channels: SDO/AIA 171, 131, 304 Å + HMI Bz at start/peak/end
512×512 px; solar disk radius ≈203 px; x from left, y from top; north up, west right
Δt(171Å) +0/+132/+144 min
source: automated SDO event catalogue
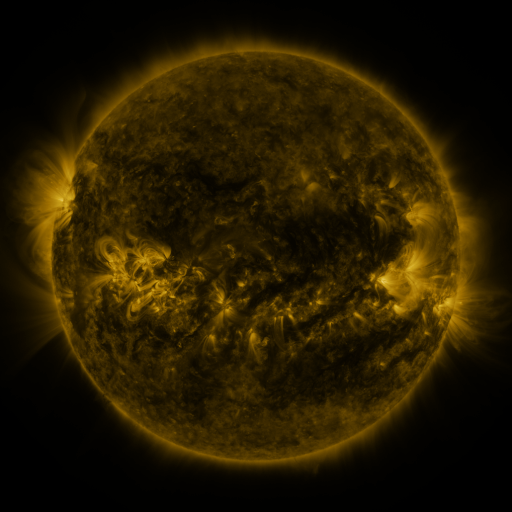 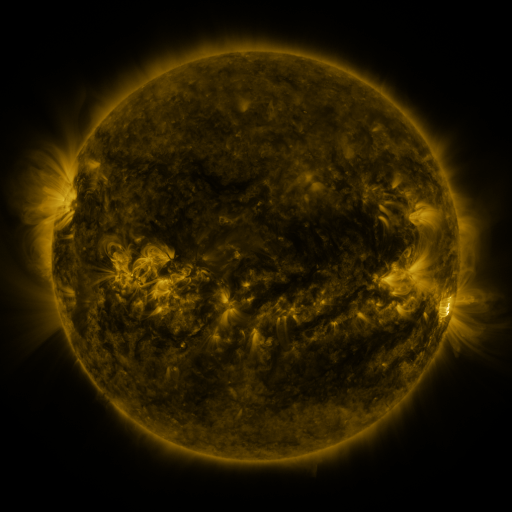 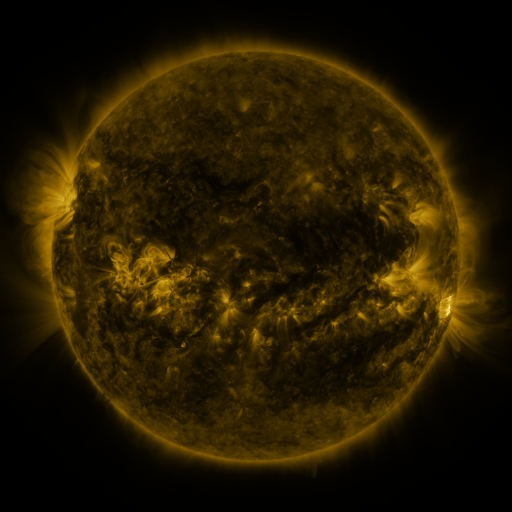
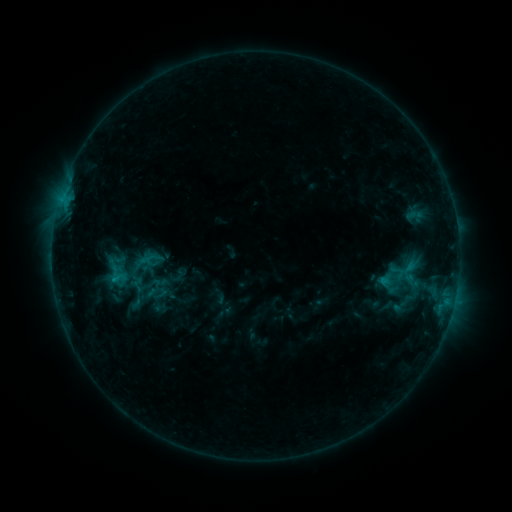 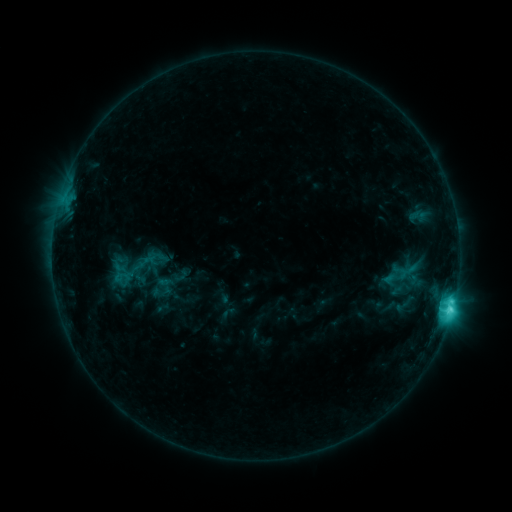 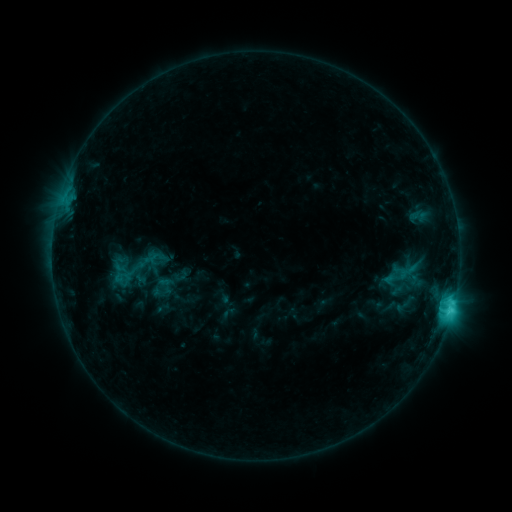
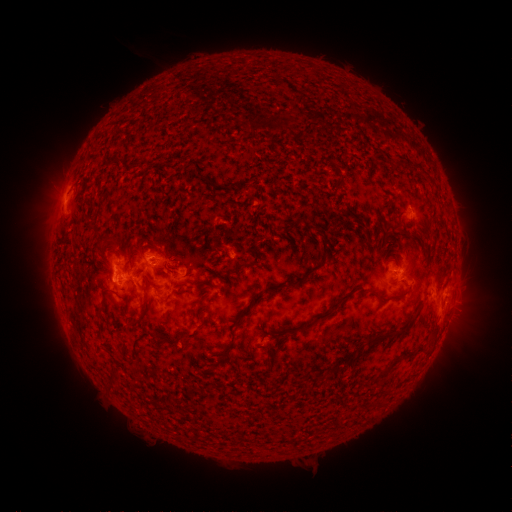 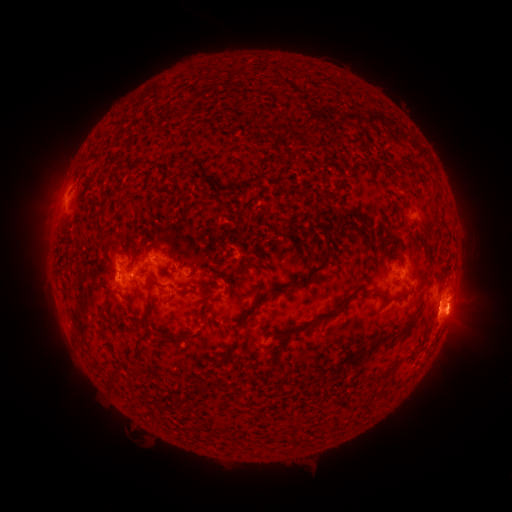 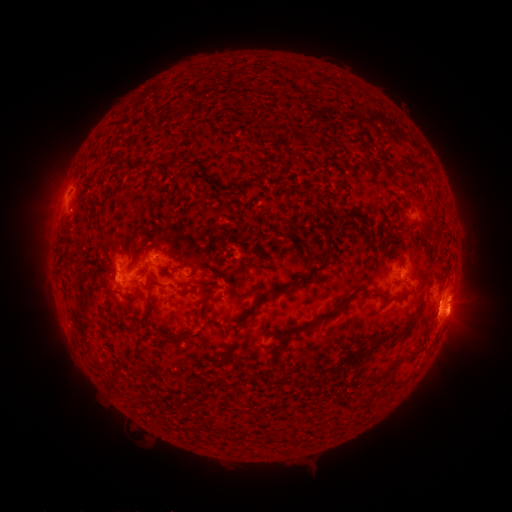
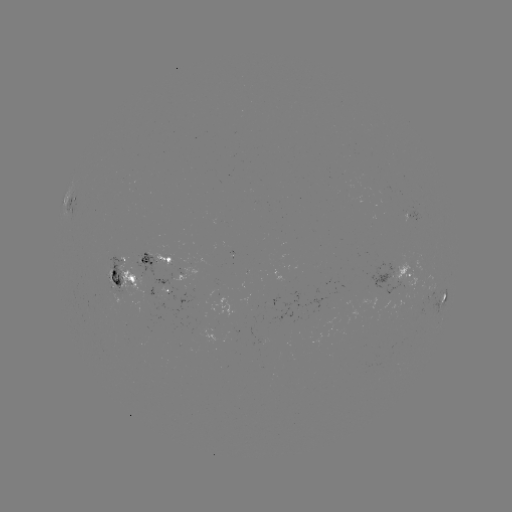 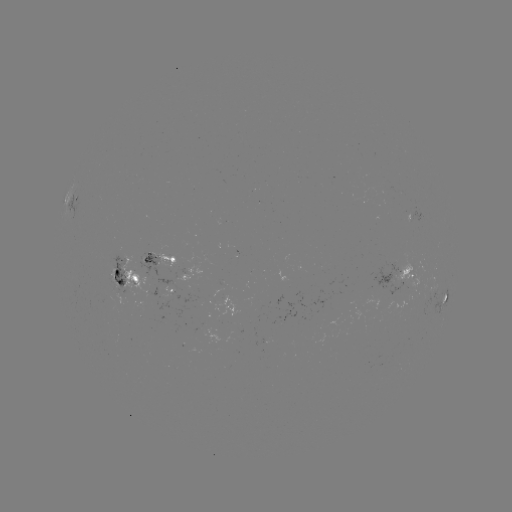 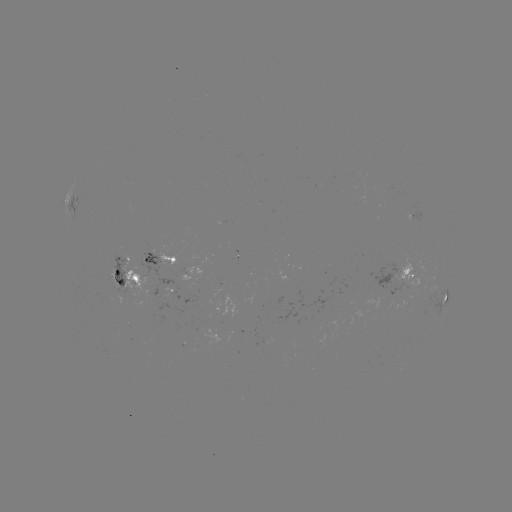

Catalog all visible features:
emerging-flux region: (224, 284)
